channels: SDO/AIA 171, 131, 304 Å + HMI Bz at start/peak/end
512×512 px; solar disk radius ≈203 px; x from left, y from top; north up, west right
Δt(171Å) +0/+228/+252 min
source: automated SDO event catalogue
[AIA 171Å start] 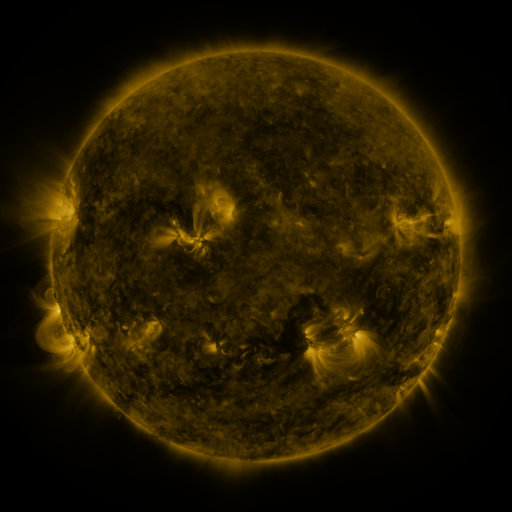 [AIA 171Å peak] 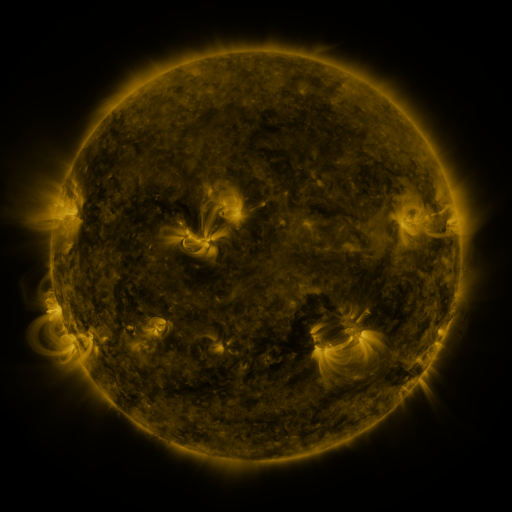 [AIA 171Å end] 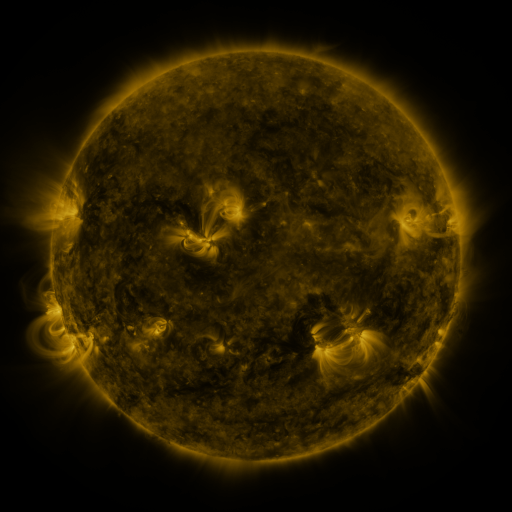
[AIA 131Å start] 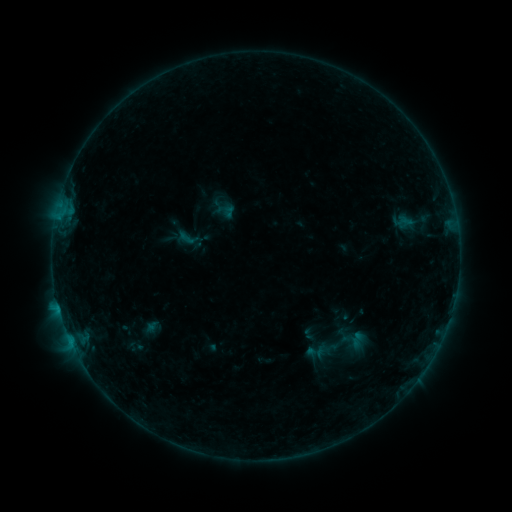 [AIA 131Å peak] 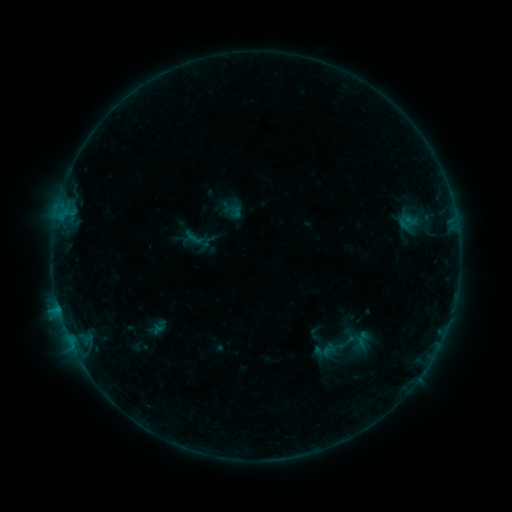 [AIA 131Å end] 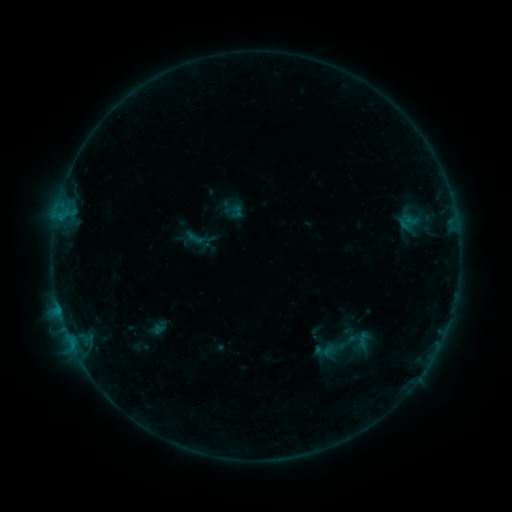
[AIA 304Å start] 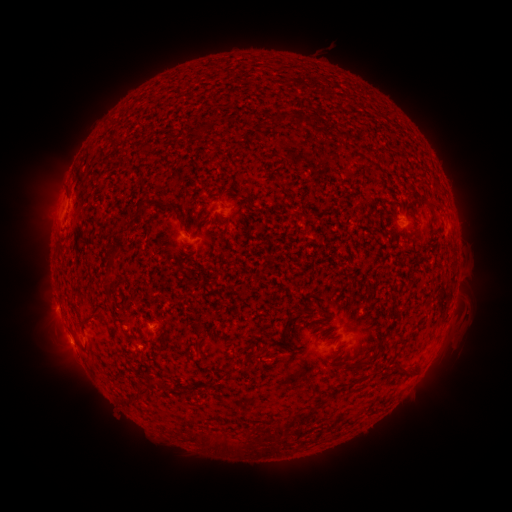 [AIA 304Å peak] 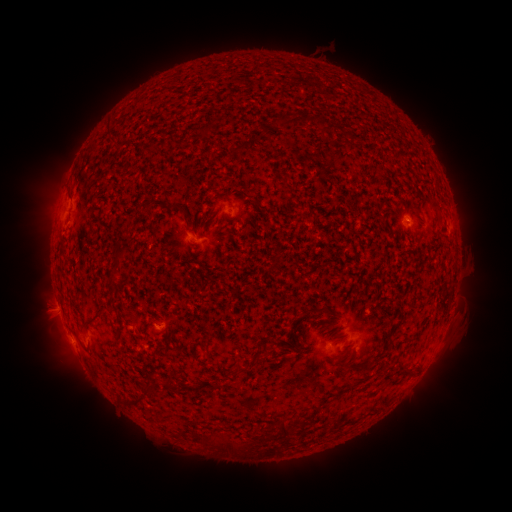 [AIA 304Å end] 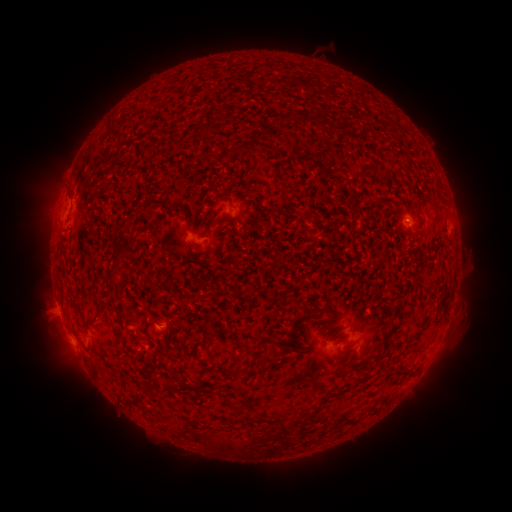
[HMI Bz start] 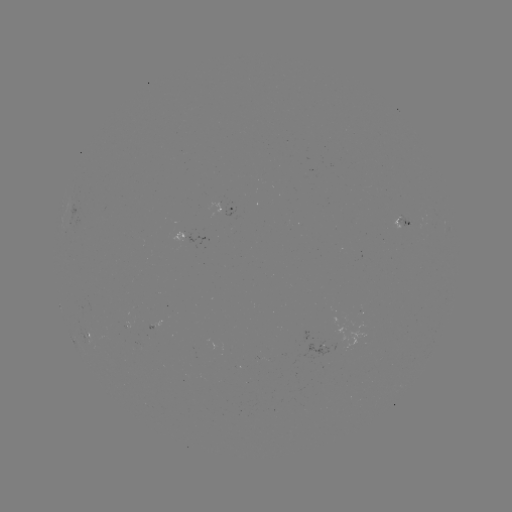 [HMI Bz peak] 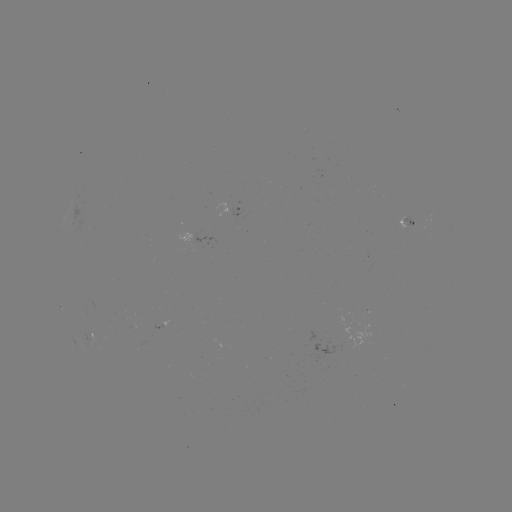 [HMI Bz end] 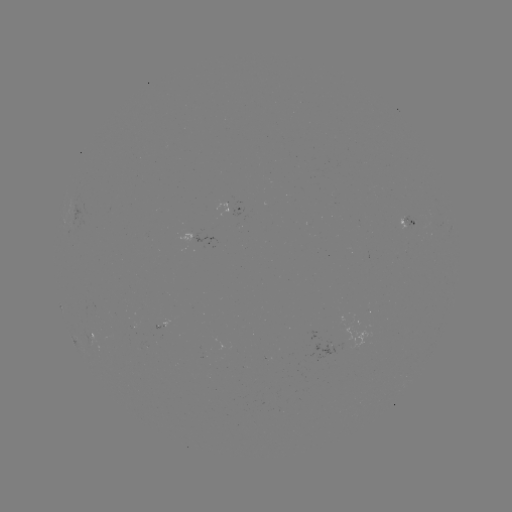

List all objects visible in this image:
emerging-flux region: (411, 223)
